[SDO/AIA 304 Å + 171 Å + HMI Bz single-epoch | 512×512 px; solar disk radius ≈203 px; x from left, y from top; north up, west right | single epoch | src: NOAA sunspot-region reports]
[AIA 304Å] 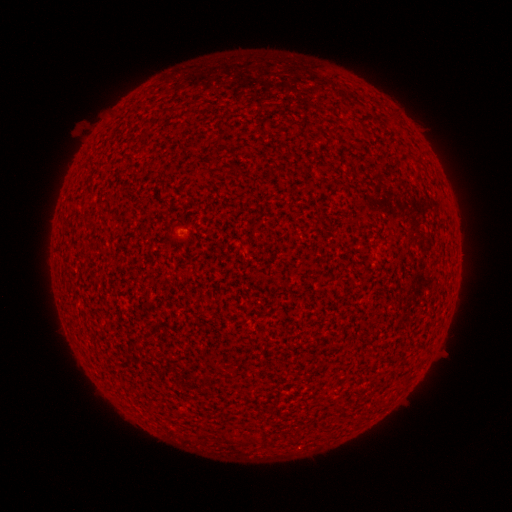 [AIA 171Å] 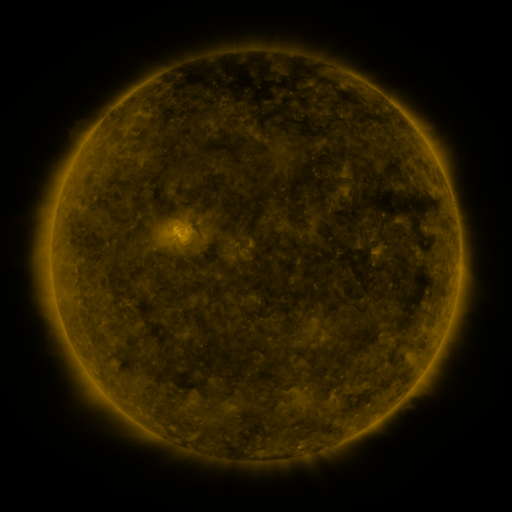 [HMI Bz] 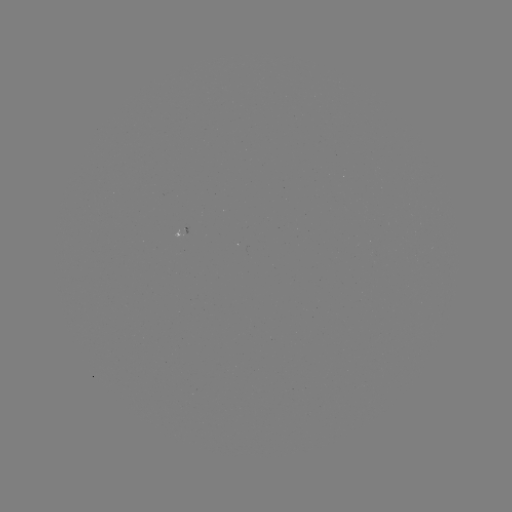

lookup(spotted active region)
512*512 [181, 230]